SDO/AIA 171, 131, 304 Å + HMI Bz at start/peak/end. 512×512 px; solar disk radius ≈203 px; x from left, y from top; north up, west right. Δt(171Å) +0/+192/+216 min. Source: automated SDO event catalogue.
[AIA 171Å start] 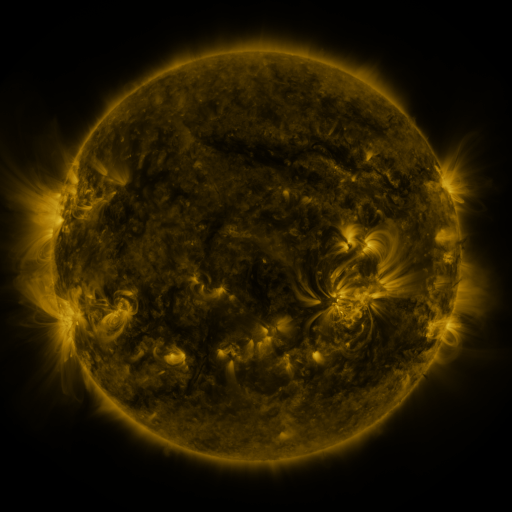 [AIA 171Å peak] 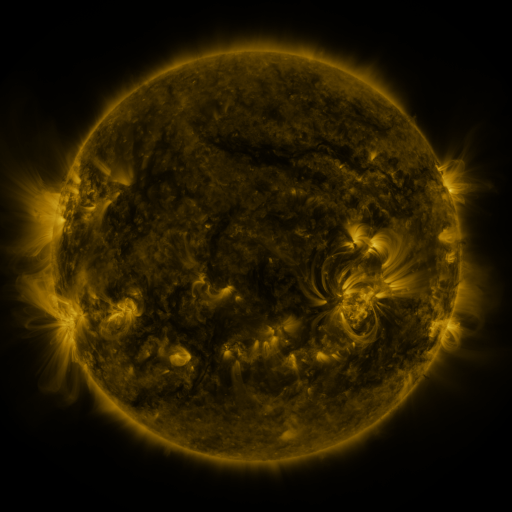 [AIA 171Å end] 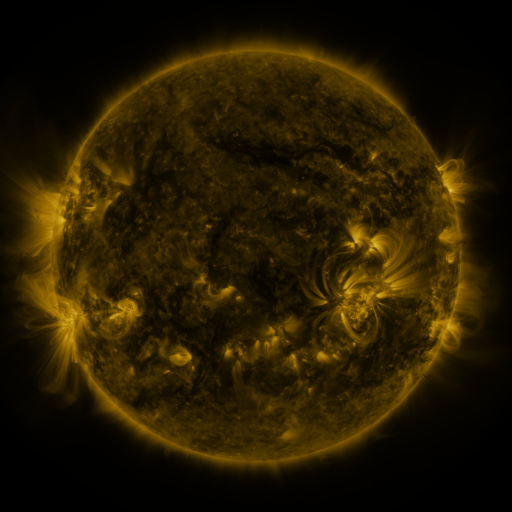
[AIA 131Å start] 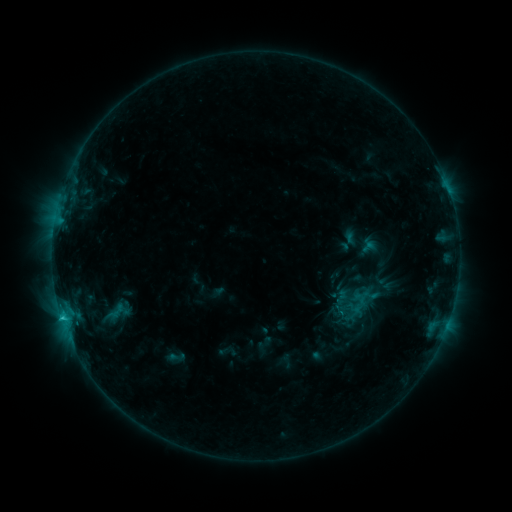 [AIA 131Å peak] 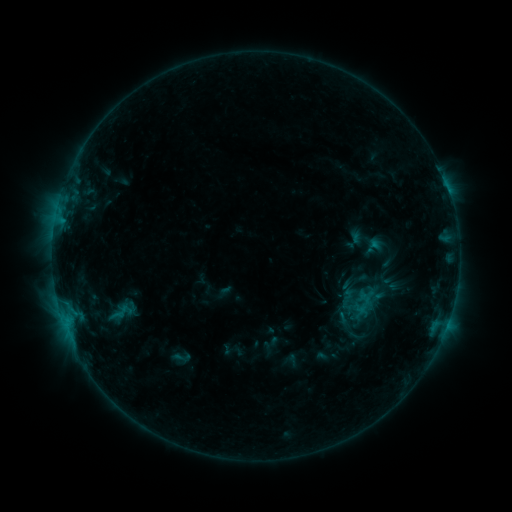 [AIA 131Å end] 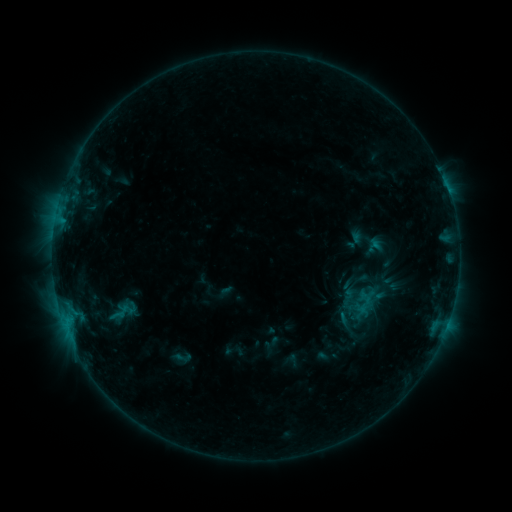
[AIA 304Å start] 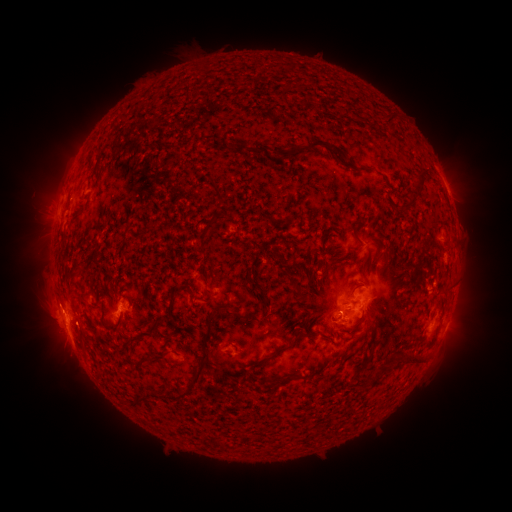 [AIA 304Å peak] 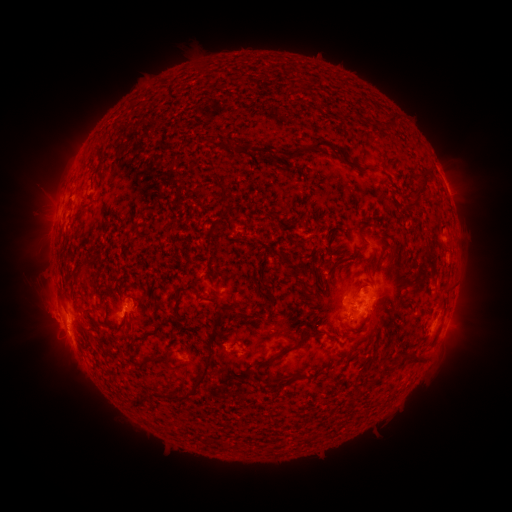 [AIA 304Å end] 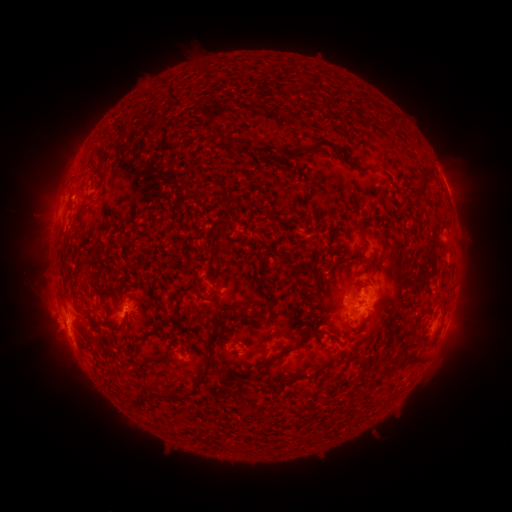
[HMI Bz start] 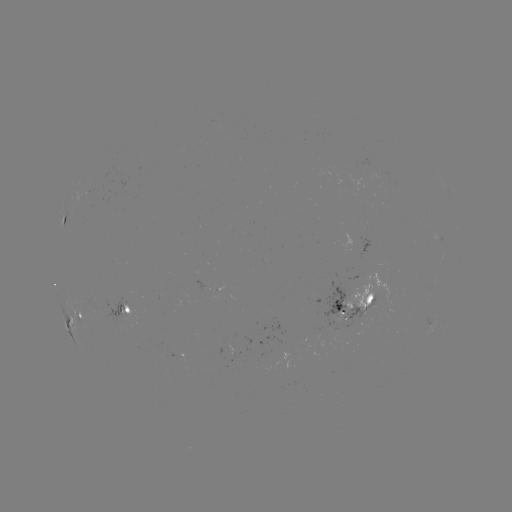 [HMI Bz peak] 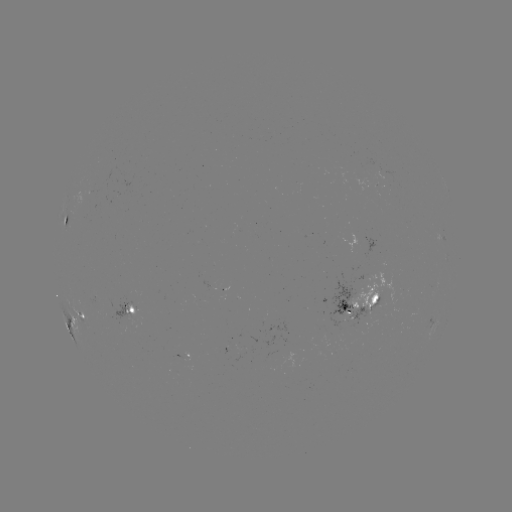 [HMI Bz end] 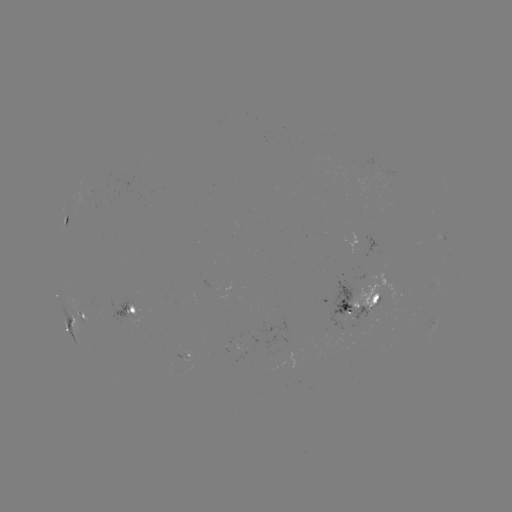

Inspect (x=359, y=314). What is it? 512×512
emerging-flux region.